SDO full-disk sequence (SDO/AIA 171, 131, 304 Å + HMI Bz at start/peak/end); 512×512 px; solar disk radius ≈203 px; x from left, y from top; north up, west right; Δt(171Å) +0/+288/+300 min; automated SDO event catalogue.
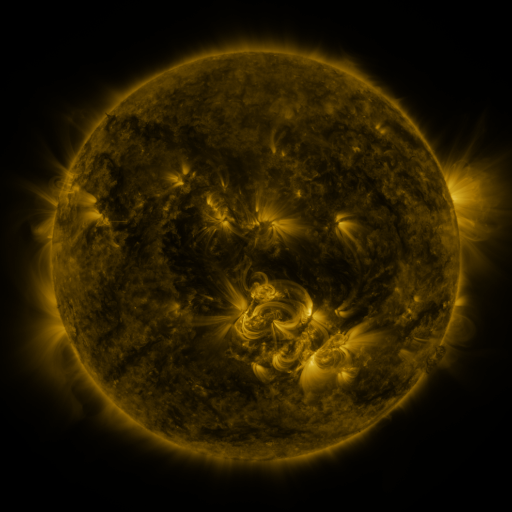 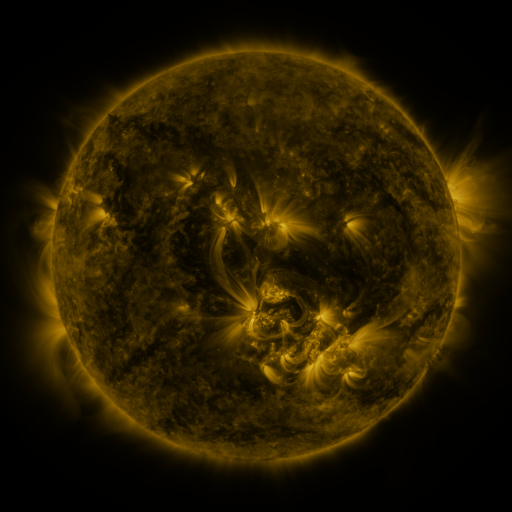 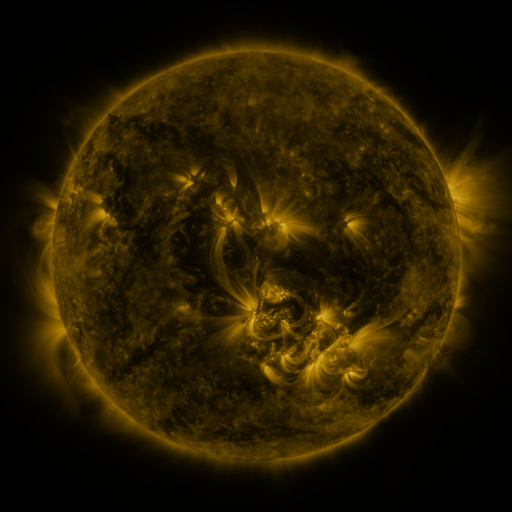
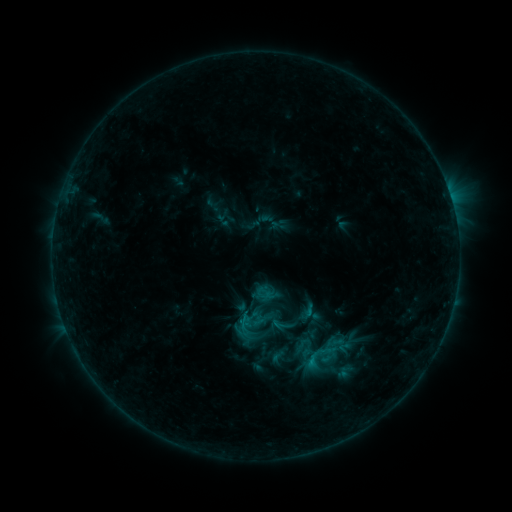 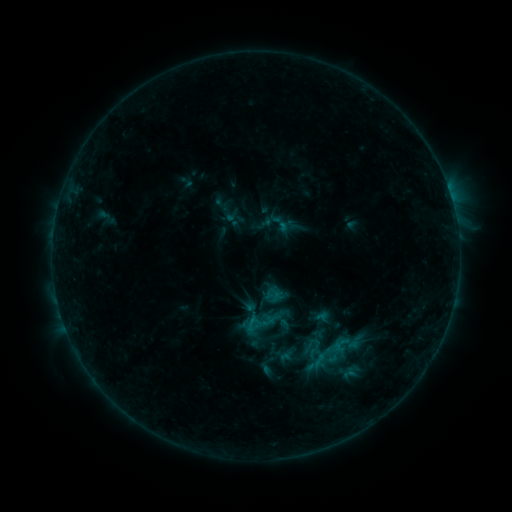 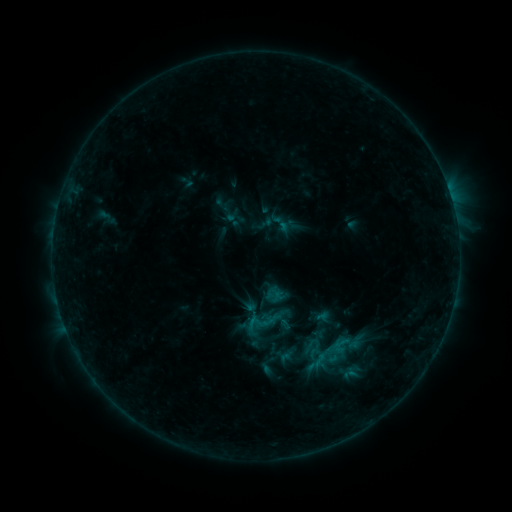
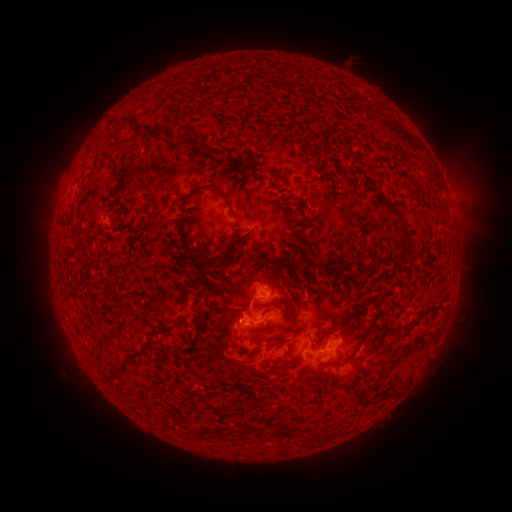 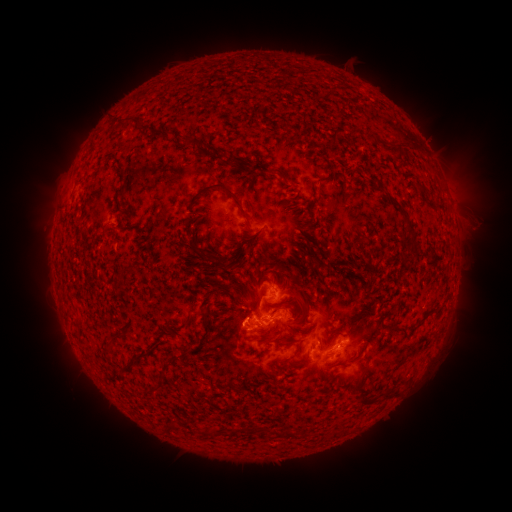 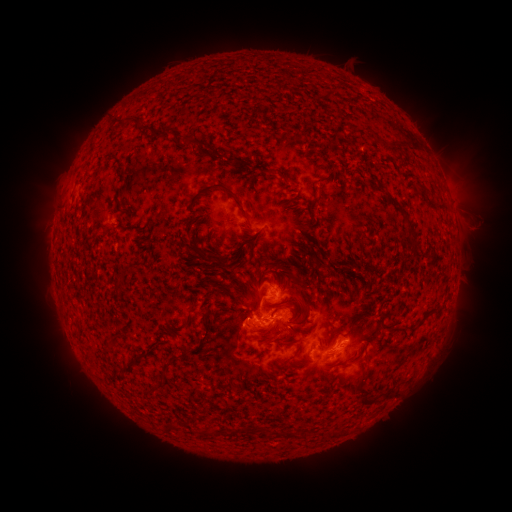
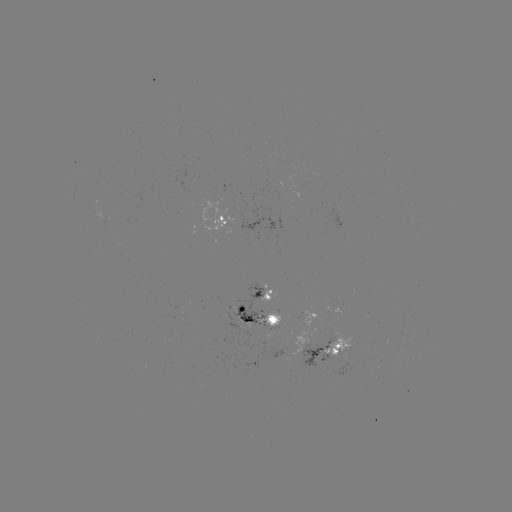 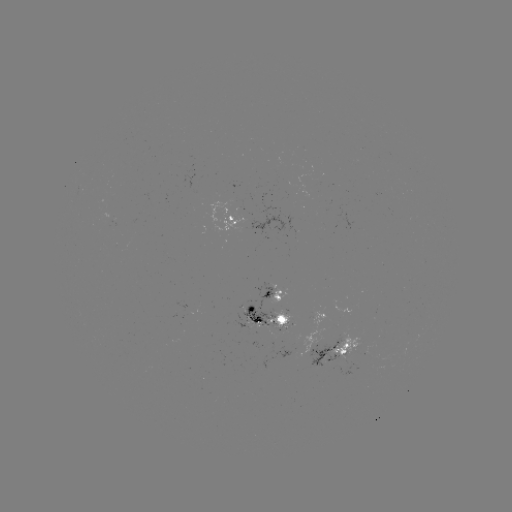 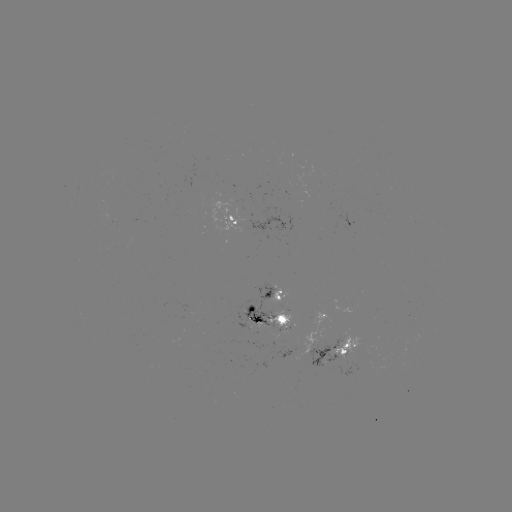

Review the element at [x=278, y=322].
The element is emerging-flux region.